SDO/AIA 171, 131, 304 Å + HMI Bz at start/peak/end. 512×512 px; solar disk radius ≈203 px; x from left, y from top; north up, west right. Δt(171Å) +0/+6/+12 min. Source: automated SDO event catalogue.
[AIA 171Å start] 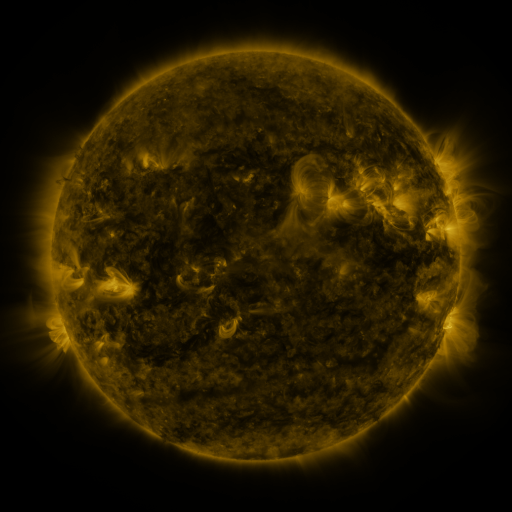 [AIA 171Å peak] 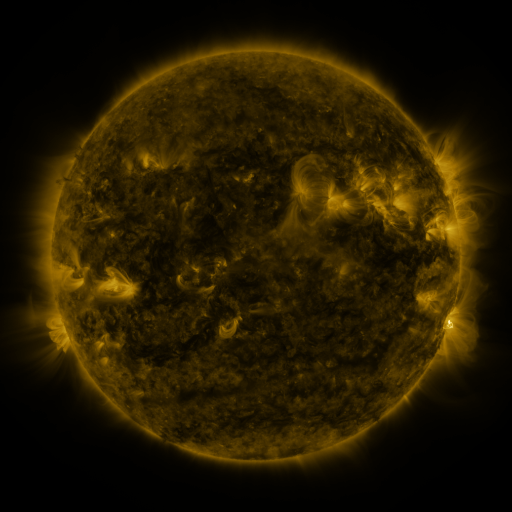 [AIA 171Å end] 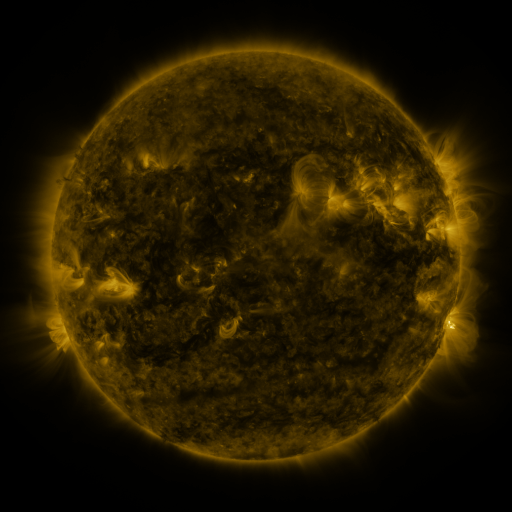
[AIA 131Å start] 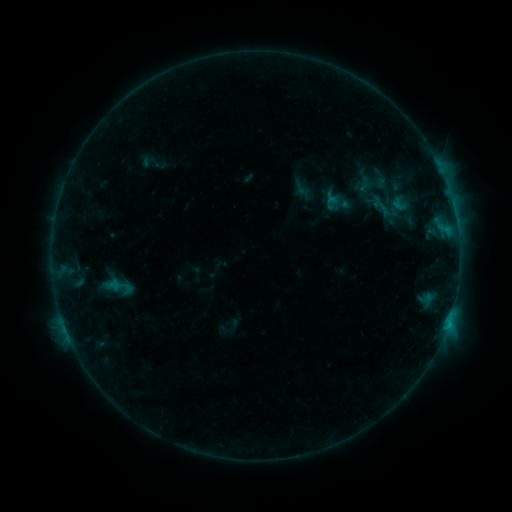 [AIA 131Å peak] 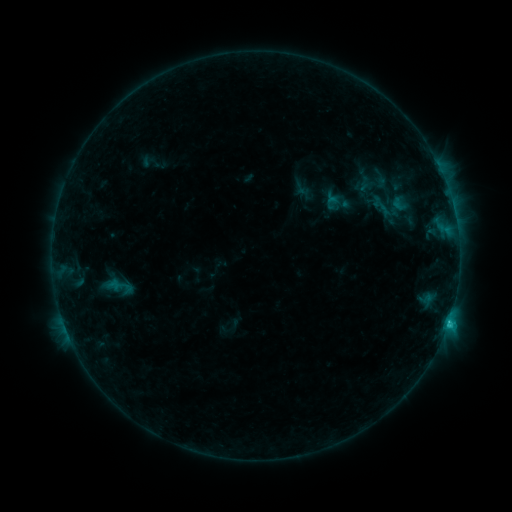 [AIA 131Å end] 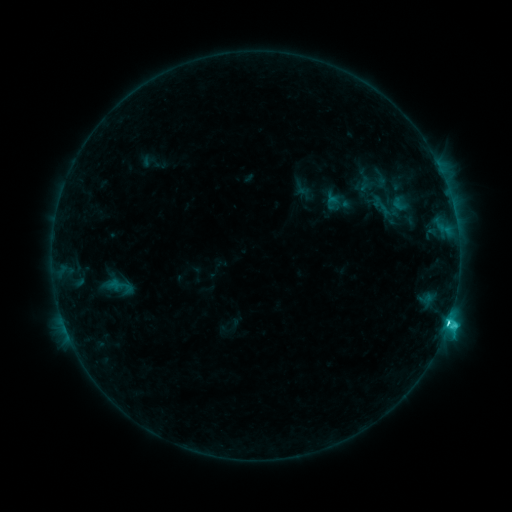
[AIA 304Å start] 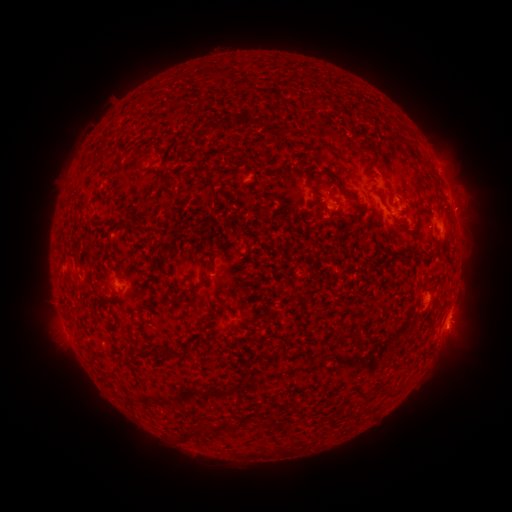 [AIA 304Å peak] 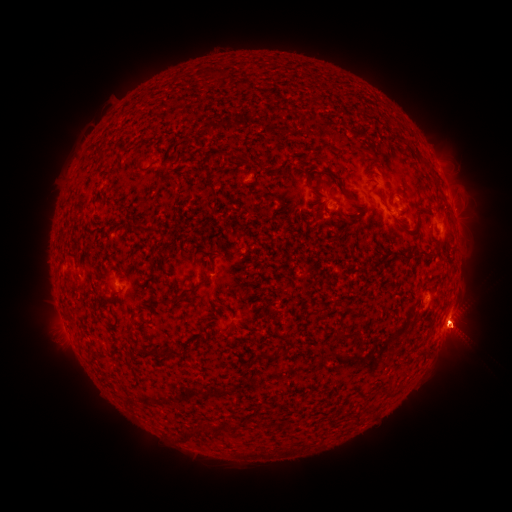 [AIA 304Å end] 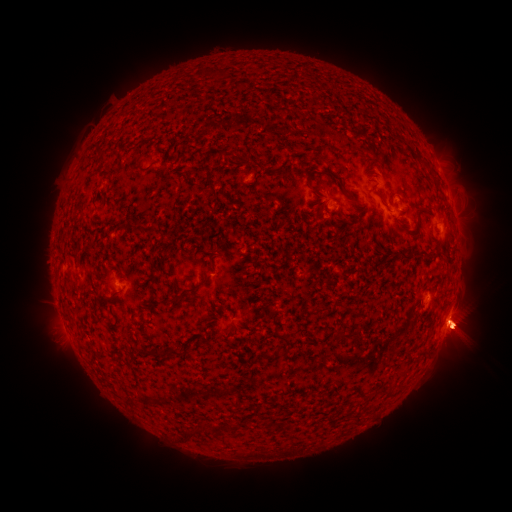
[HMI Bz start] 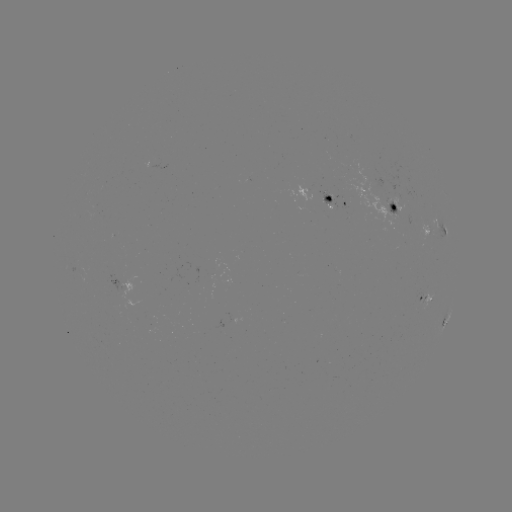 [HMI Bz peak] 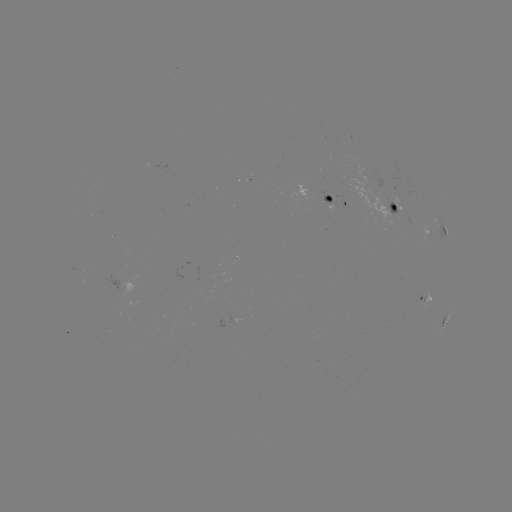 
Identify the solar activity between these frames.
eruption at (458, 326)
